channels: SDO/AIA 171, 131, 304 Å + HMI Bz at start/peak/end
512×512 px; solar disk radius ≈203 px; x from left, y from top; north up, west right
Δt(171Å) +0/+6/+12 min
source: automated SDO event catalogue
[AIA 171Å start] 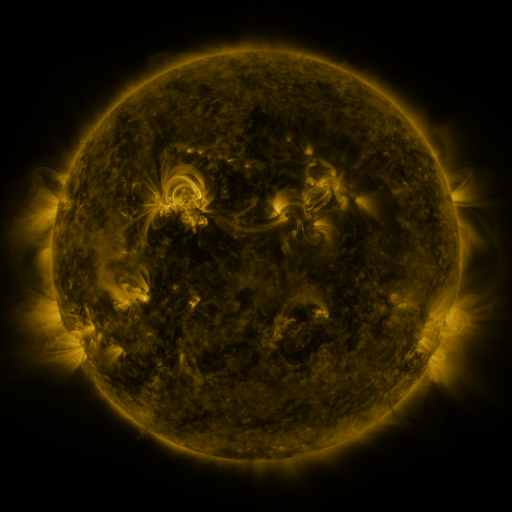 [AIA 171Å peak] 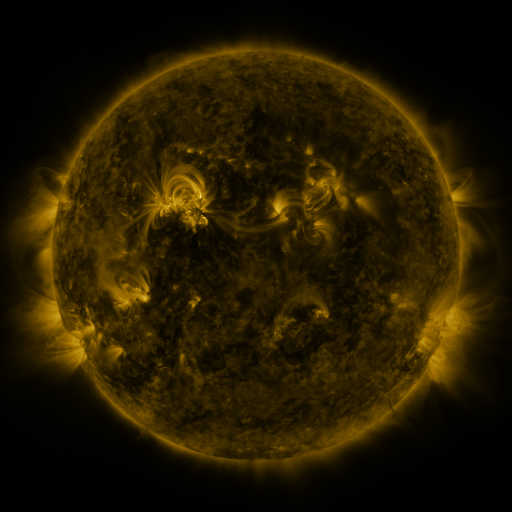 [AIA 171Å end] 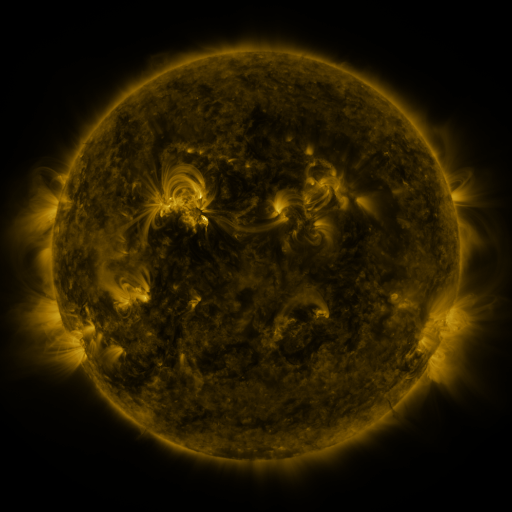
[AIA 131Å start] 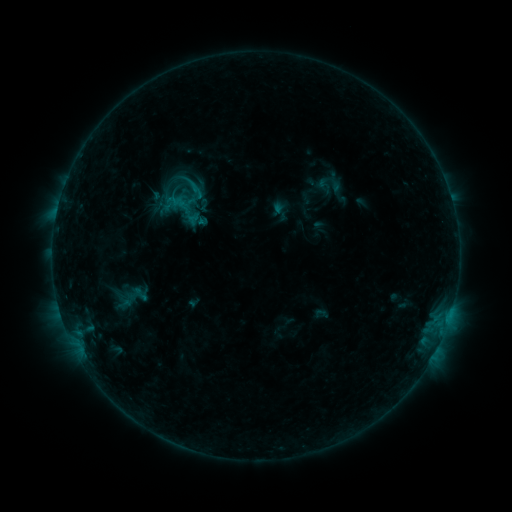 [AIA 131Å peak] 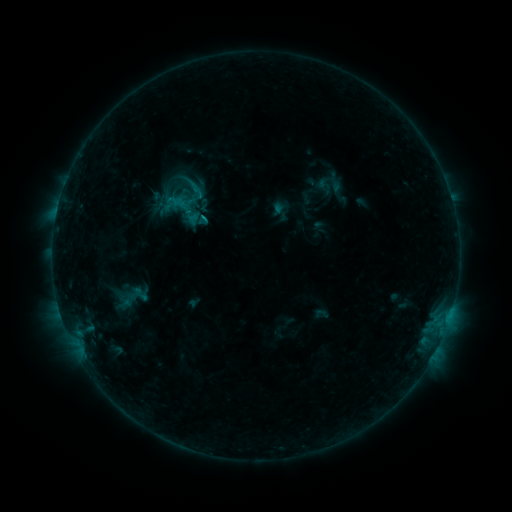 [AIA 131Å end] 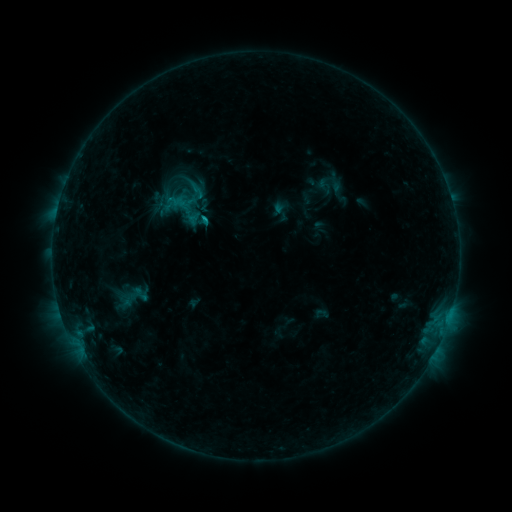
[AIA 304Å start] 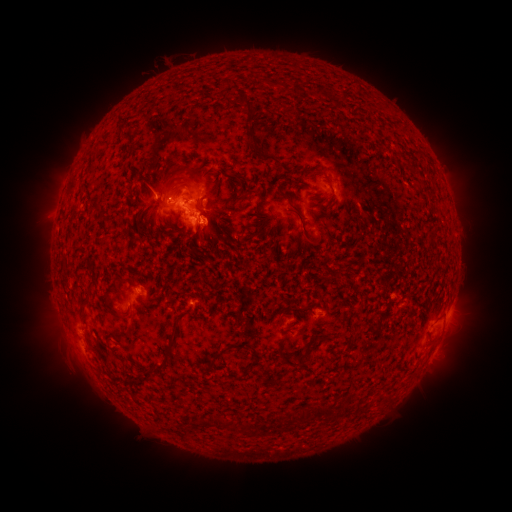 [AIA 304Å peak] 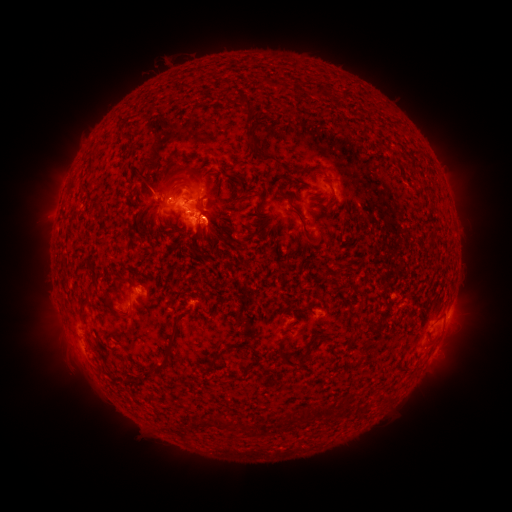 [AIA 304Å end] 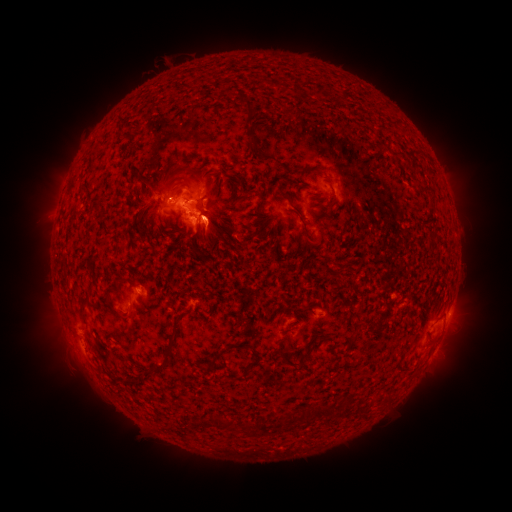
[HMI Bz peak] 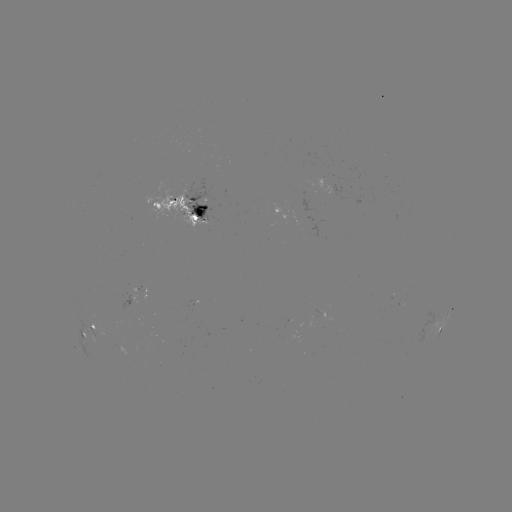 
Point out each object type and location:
eruption: (214, 217)
